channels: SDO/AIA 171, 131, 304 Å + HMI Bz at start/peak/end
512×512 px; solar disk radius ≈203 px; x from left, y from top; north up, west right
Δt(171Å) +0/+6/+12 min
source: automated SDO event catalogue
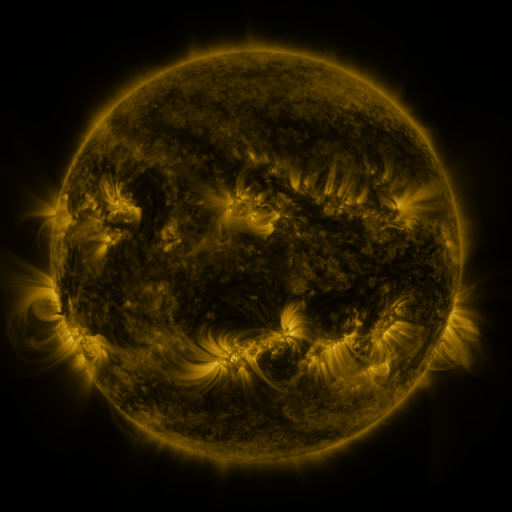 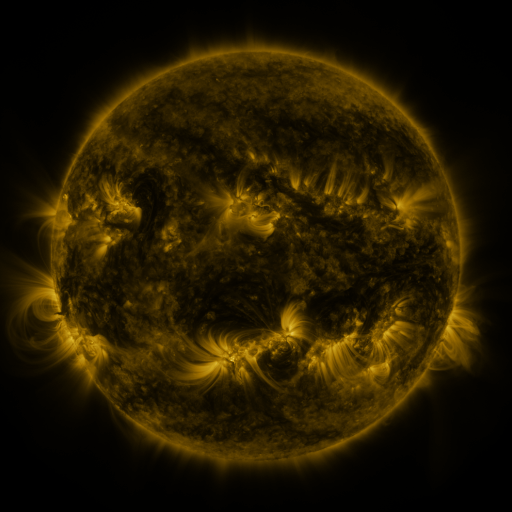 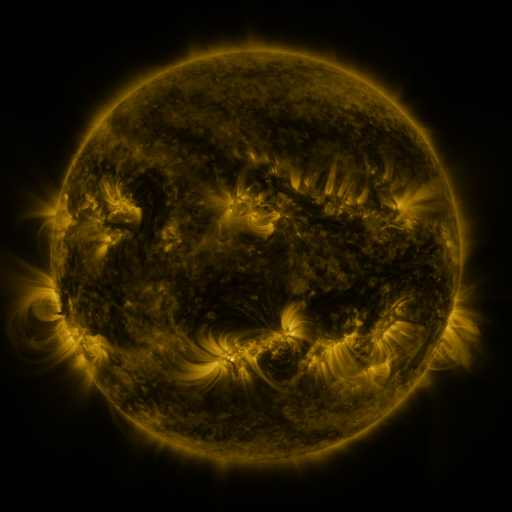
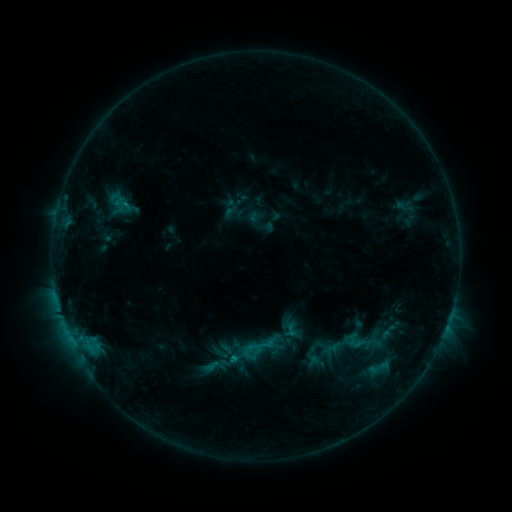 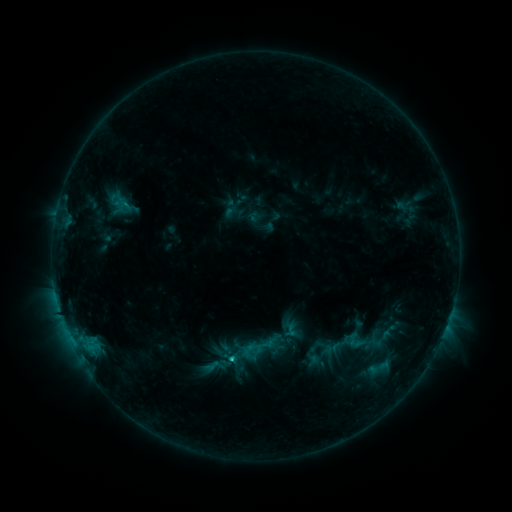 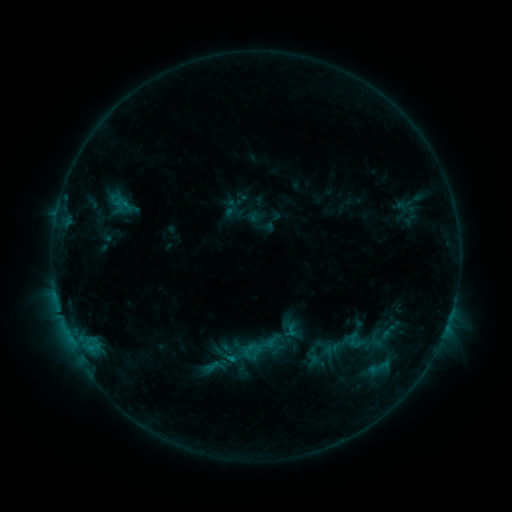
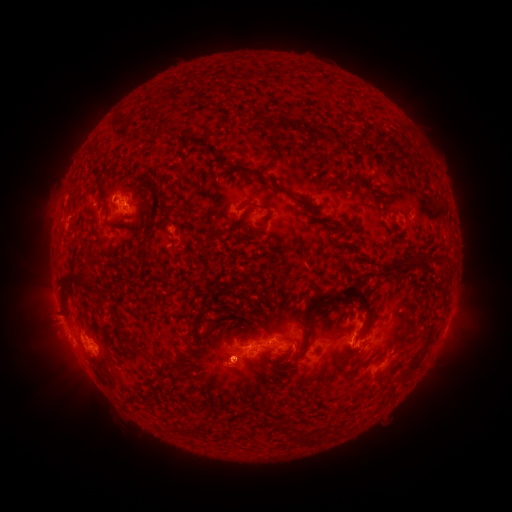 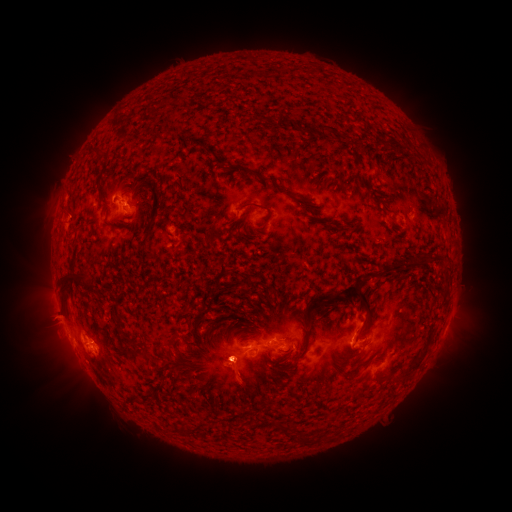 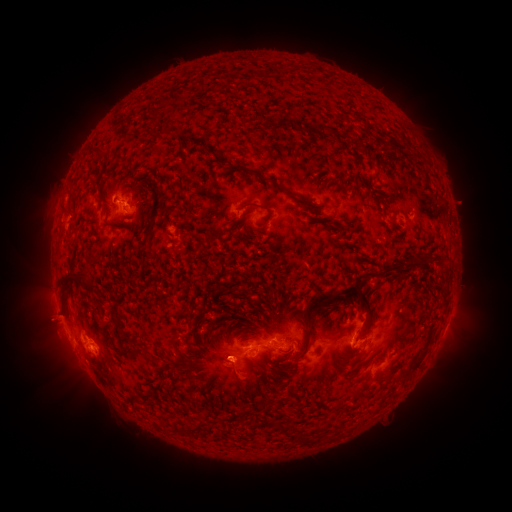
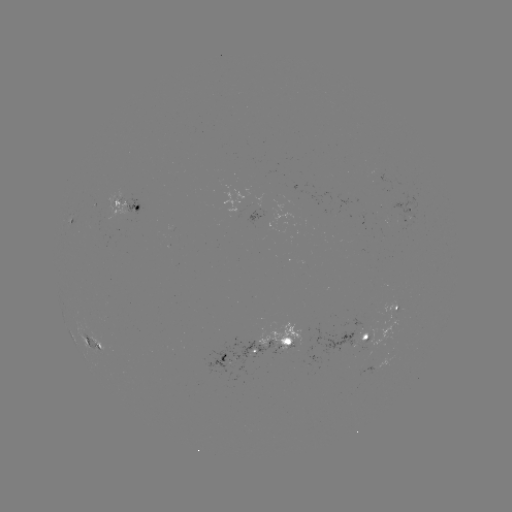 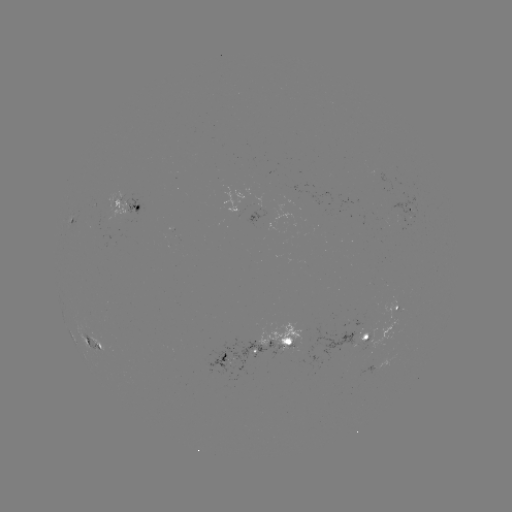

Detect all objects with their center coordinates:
eruption: (62, 319)
